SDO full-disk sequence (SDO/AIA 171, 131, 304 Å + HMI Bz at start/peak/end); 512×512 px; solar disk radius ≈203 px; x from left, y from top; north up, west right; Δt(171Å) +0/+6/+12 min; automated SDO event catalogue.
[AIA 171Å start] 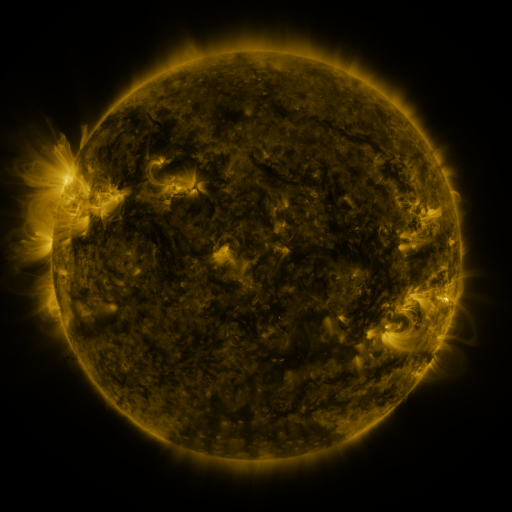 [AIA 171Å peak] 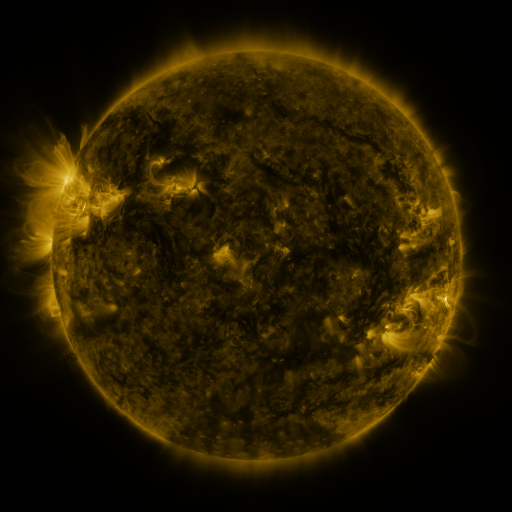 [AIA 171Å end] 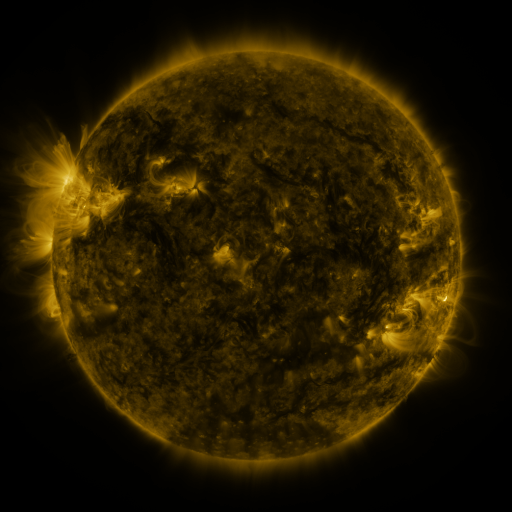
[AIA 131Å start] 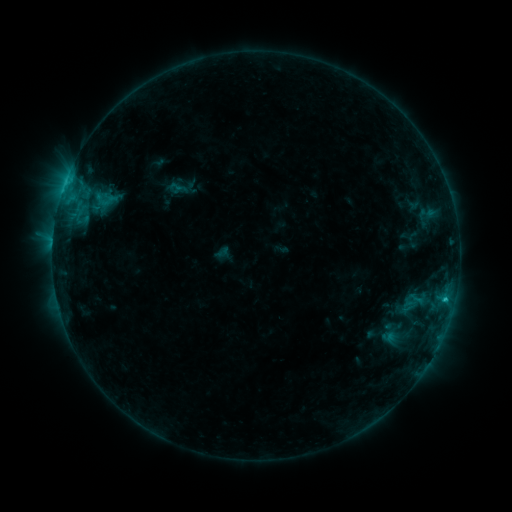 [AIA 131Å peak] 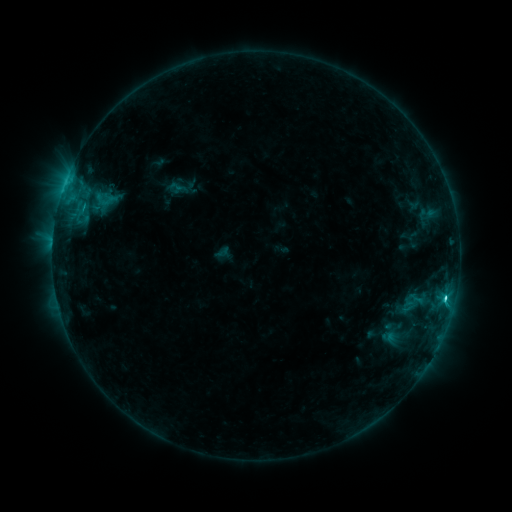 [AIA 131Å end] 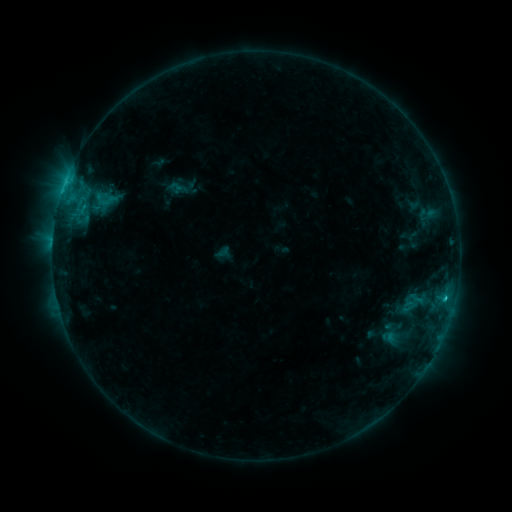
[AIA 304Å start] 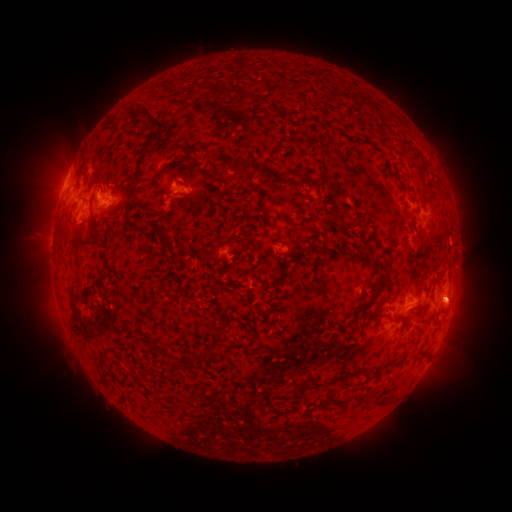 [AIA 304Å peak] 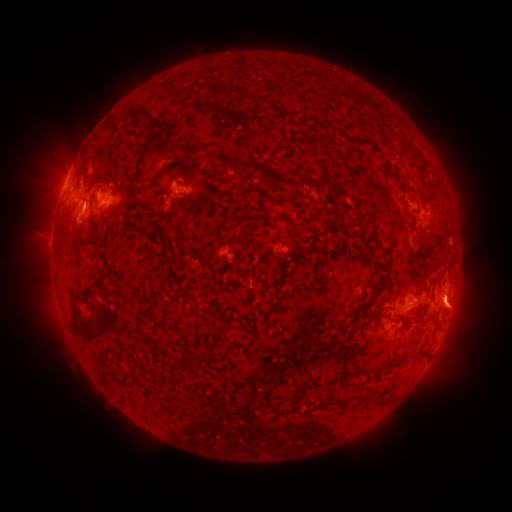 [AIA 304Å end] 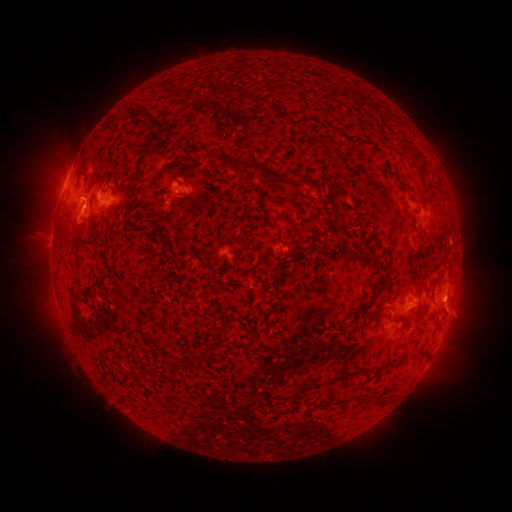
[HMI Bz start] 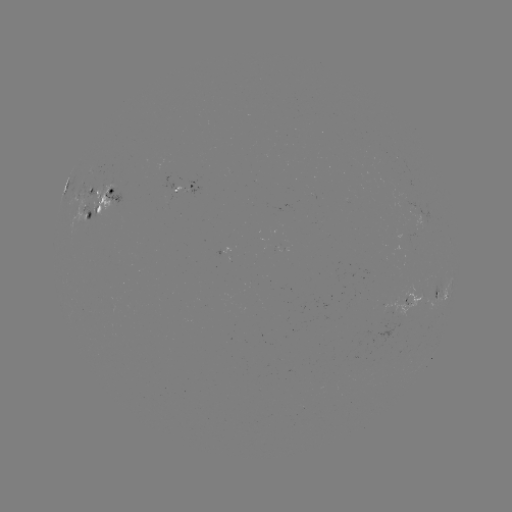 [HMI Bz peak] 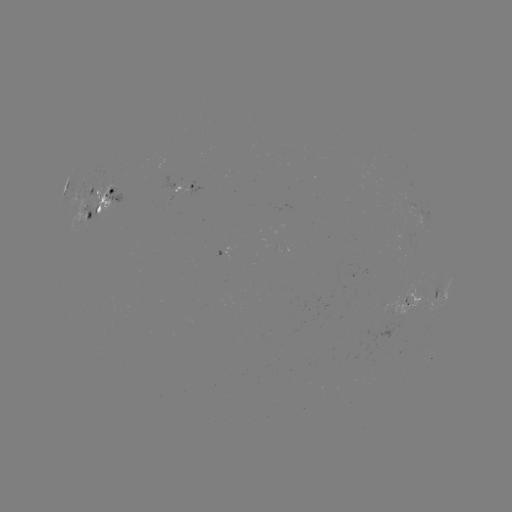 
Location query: C2.3 flare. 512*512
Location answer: [444, 299].